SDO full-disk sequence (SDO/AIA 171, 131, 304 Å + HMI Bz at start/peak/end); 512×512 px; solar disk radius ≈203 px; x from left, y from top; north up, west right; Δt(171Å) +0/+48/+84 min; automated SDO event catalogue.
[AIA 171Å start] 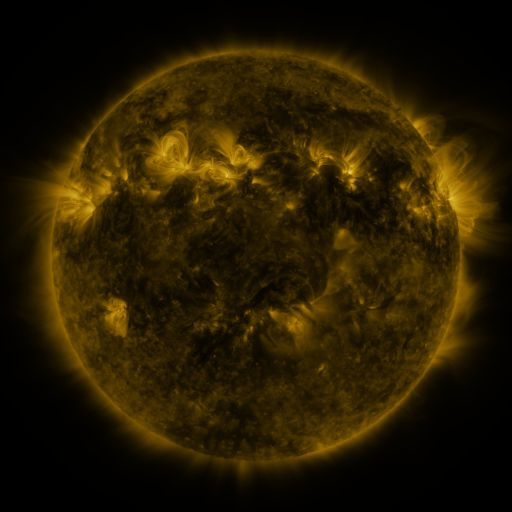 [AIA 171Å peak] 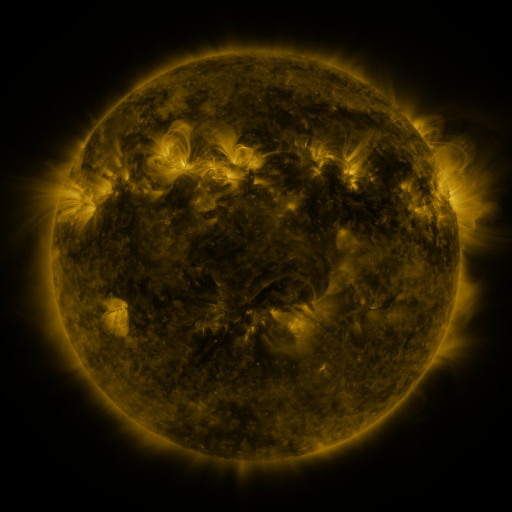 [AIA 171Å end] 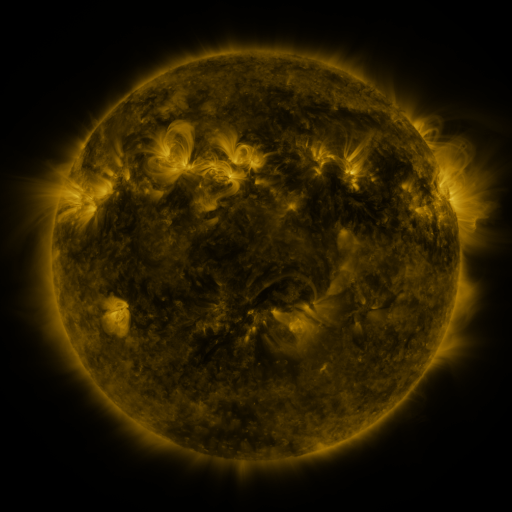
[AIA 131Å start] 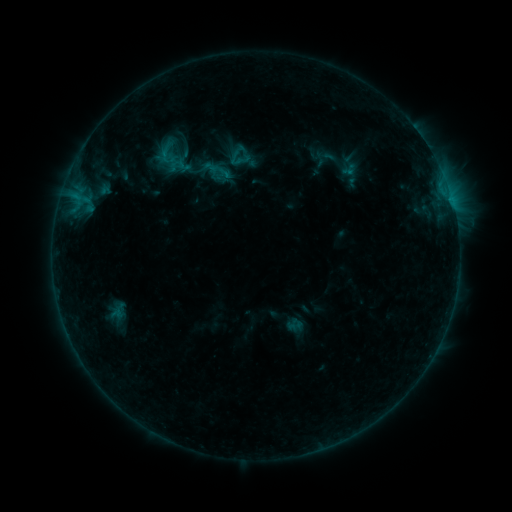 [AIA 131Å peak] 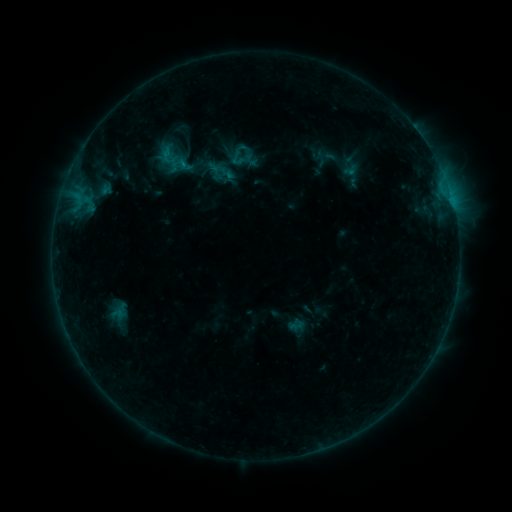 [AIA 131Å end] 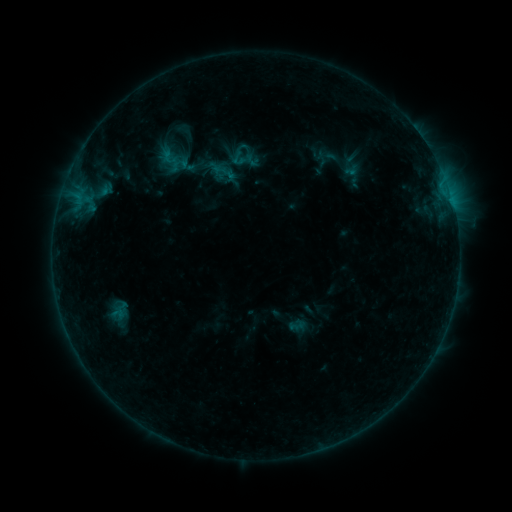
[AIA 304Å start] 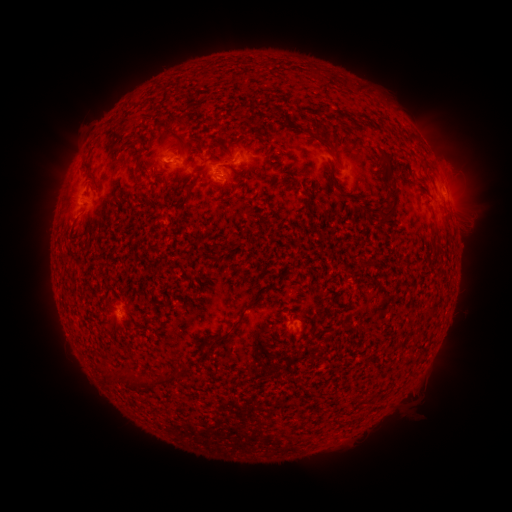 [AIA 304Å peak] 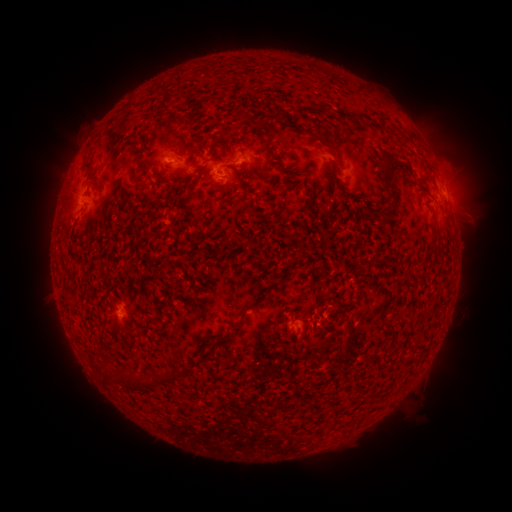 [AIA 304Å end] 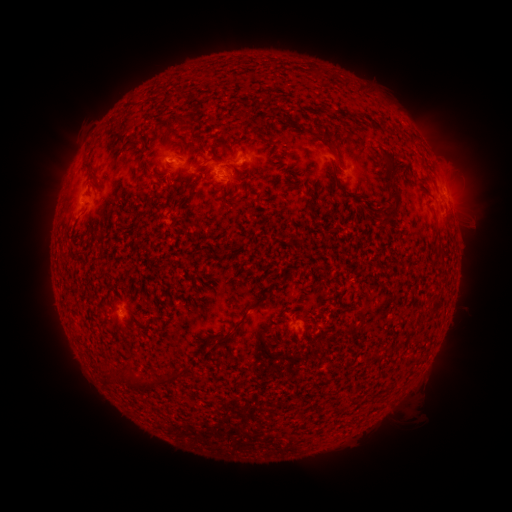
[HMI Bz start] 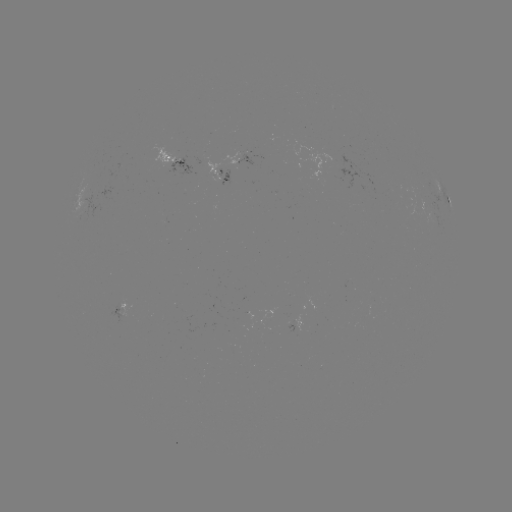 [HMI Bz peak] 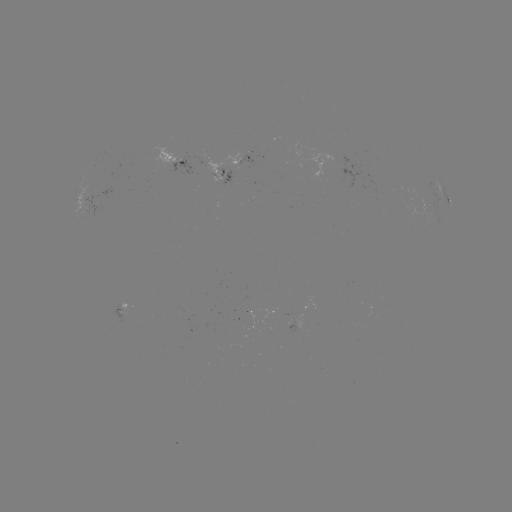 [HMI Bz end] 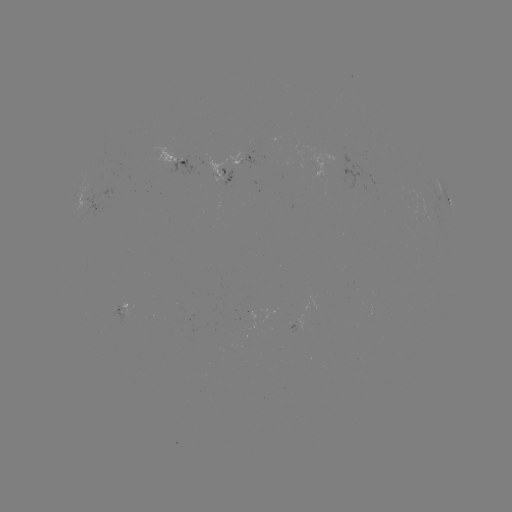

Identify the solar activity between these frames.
emerging-flux region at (225, 176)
